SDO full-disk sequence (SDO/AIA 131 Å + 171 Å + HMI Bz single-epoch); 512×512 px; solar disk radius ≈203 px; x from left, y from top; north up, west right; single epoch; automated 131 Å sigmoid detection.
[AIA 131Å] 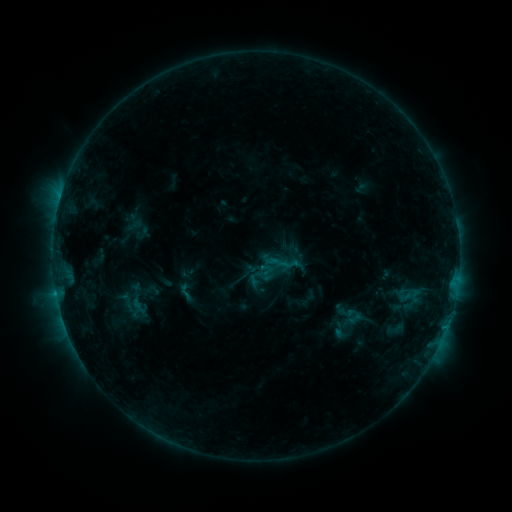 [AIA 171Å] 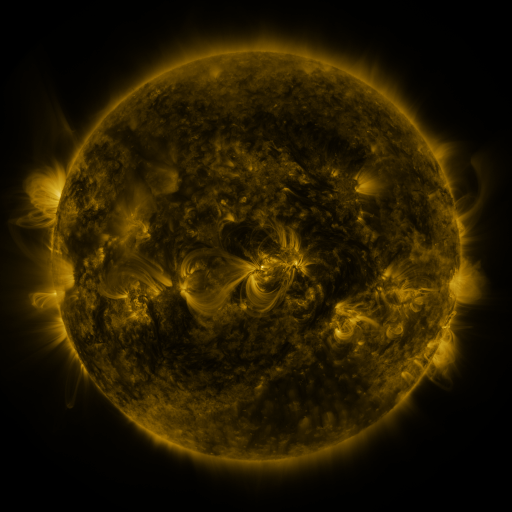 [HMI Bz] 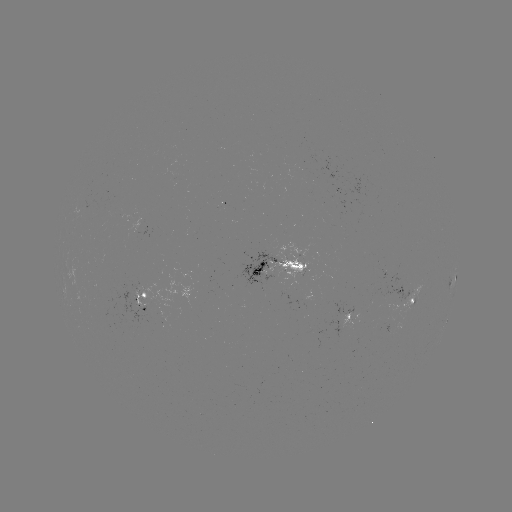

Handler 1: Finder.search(sigmoid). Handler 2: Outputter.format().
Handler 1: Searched sigmoid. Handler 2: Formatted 186,292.